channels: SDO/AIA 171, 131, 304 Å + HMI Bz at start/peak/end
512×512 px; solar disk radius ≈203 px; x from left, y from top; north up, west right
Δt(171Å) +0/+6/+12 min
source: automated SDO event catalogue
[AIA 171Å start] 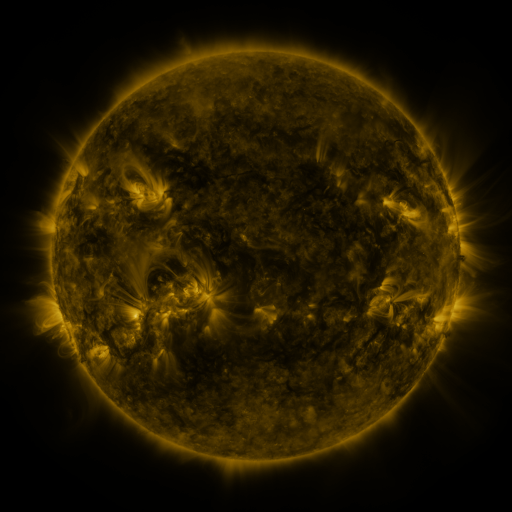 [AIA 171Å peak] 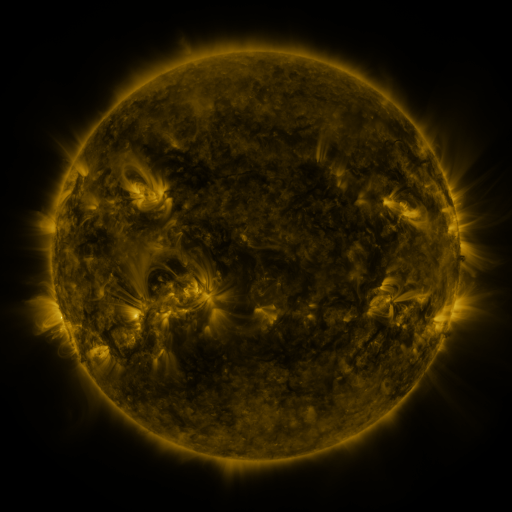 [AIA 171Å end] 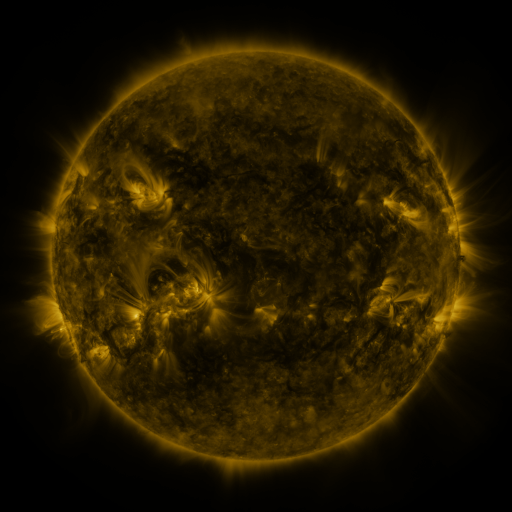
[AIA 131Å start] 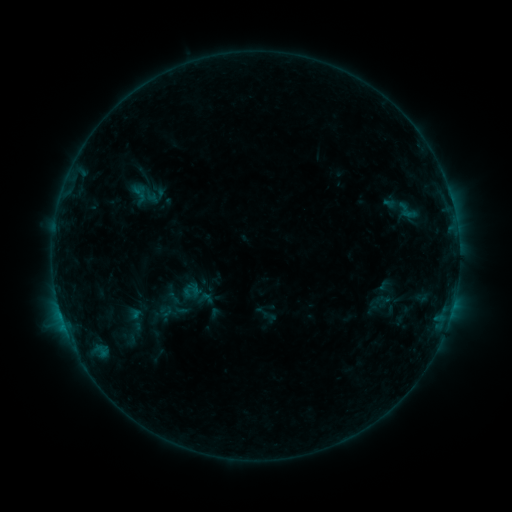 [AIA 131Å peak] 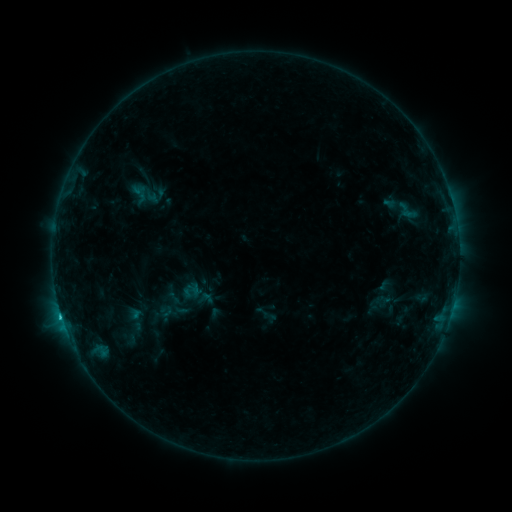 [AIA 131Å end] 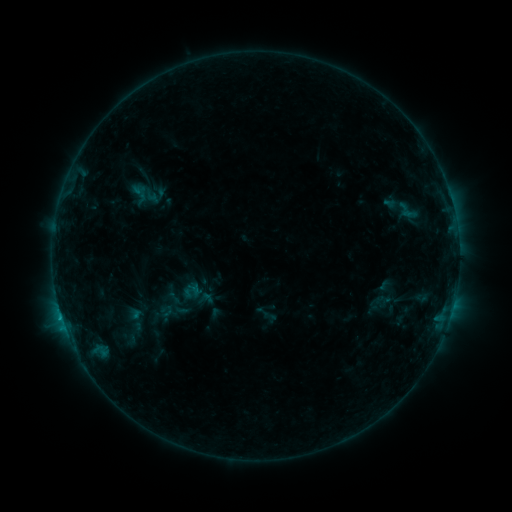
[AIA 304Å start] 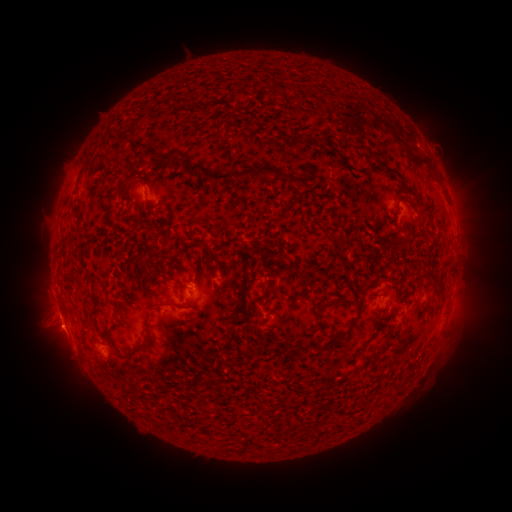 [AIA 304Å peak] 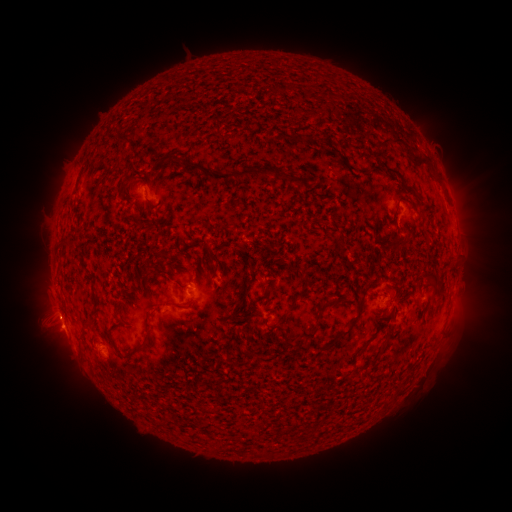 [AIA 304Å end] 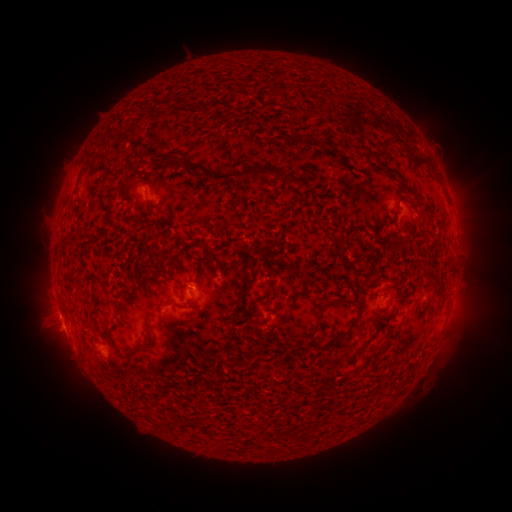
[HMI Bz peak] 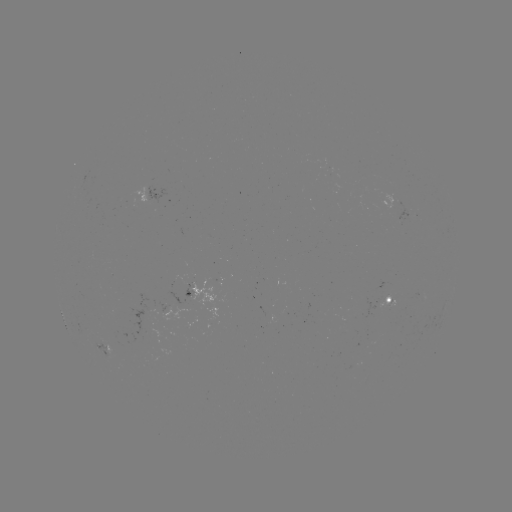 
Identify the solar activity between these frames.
B8.4 flare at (61, 315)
